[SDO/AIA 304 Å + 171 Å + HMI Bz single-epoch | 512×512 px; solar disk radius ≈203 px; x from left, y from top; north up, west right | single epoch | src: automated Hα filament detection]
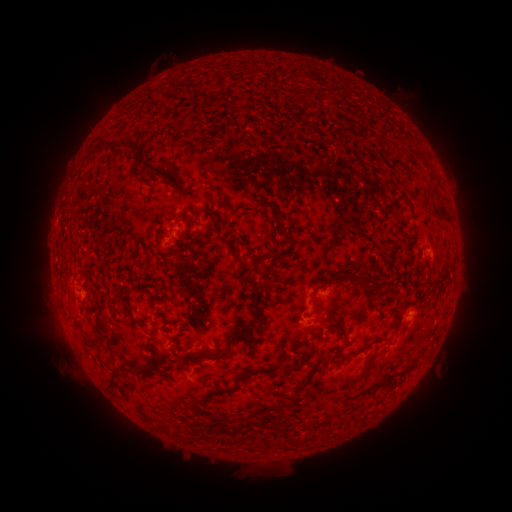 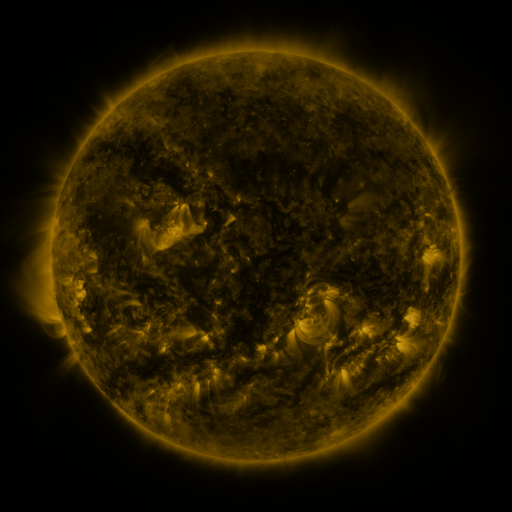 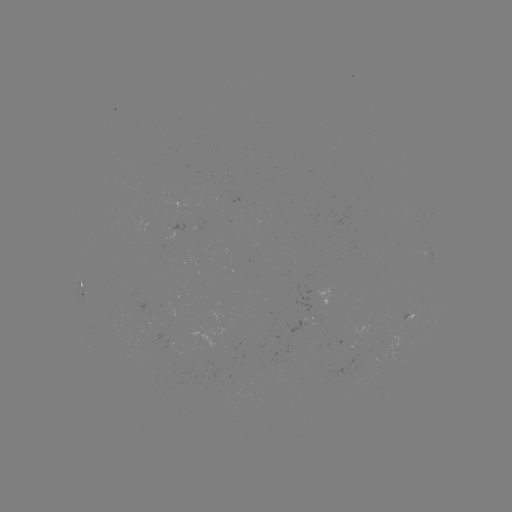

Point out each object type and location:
filament: <bbox>293, 91, 301, 102</bbox>
filament: <bbox>207, 96, 218, 108</bbox>
filament: <bbox>88, 142, 141, 161</bbox>
filament: <bbox>411, 148, 424, 158</bbox>
filament: <bbox>136, 158, 152, 172</bbox>
filament: <bbox>331, 185, 338, 195</bbox>
filament: <bbox>177, 187, 188, 195</bbox>
filament: <bbox>218, 192, 229, 209</bbox>
filament: <bbox>253, 199, 265, 209</bbox>
filament: <bbox>183, 217, 190, 227</bbox>
filament: <bbox>283, 233, 297, 243</bbox>
filament: <bbox>233, 252, 247, 269</bbox>
filament: <bbox>251, 262, 260, 271</bbox>
filament: <bbox>348, 272, 371, 289</bbox>
filament: <bbox>310, 284, 321, 297</bbox>
filament: <bbox>313, 303, 324, 324</bbox>
filament: <bbox>257, 307, 266, 322</bbox>
filament: <bbox>128, 309, 136, 322</bbox>
filament: <bbox>95, 320, 110, 348</bbox>
filament: <bbox>180, 324, 257, 363</bbox>
filament: <bbox>346, 333, 389, 356</bbox>
filament: <bbox>169, 334, 180, 345</bbox>
filament: <bbox>352, 350, 381, 383</bbox>
filament: <bbox>321, 351, 335, 366</bbox>
filament: <bbox>279, 358, 306, 375</bbox>
filament: <bbox>291, 361, 318, 399</bbox>
filament: <bbox>122, 363, 153, 376</bbox>
filament: <bbox>201, 372, 254, 424</bbox>
filament: <bbox>256, 401, 289, 415</bbox>
